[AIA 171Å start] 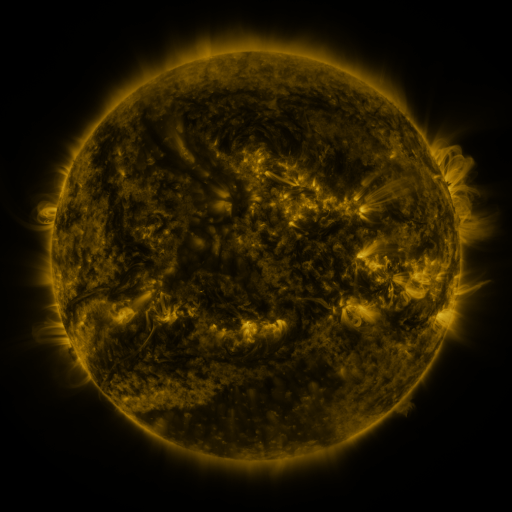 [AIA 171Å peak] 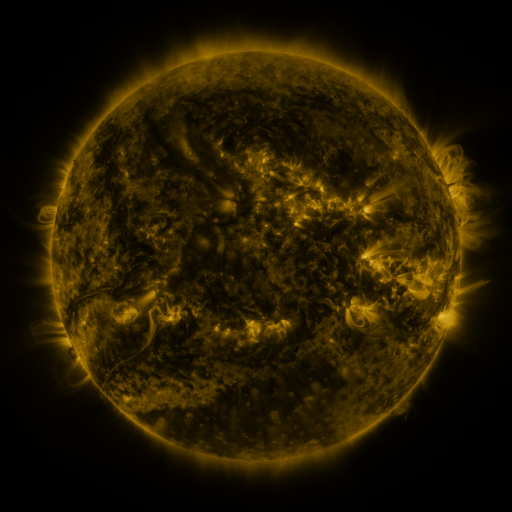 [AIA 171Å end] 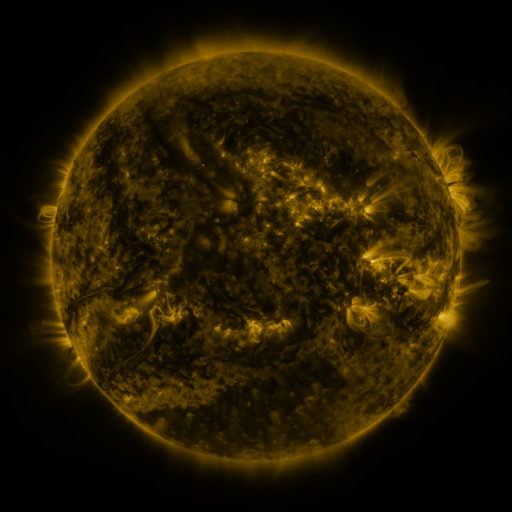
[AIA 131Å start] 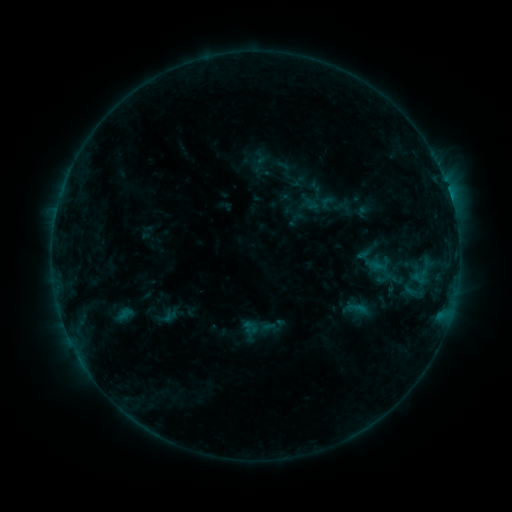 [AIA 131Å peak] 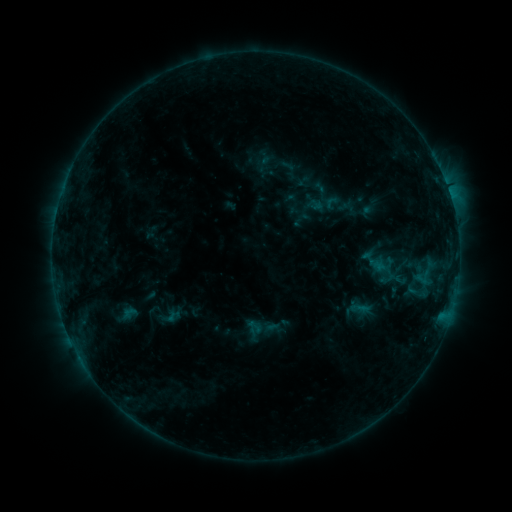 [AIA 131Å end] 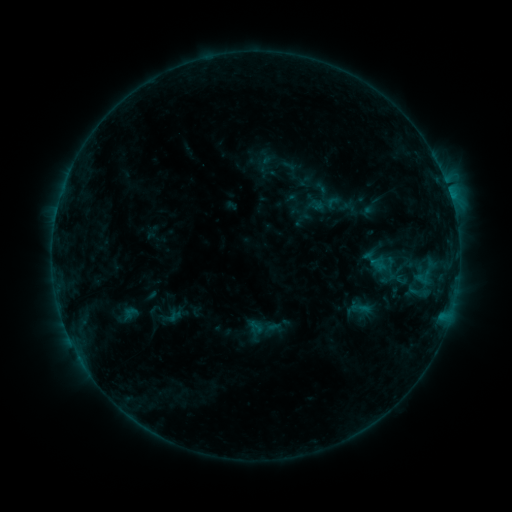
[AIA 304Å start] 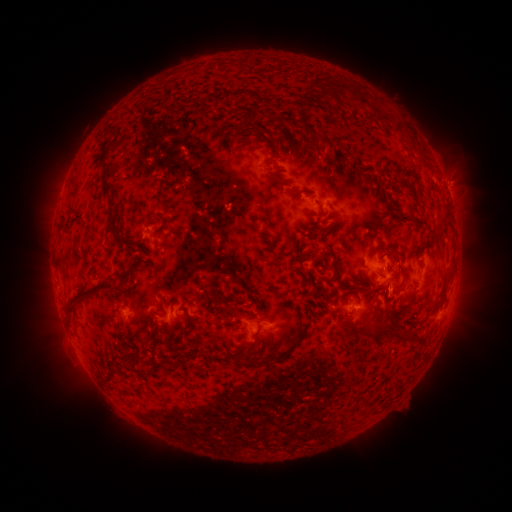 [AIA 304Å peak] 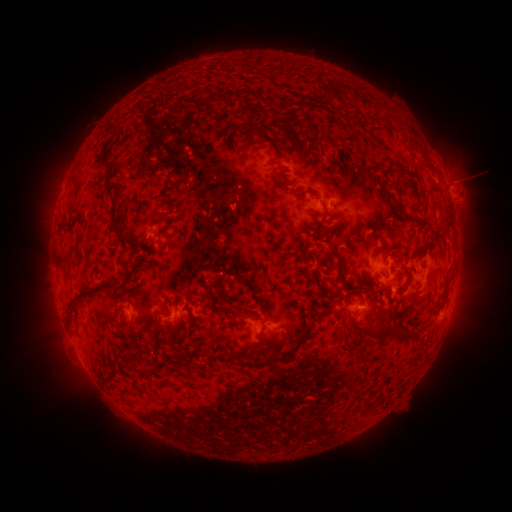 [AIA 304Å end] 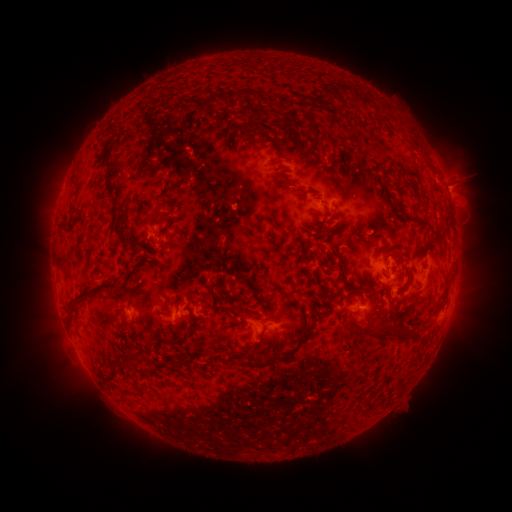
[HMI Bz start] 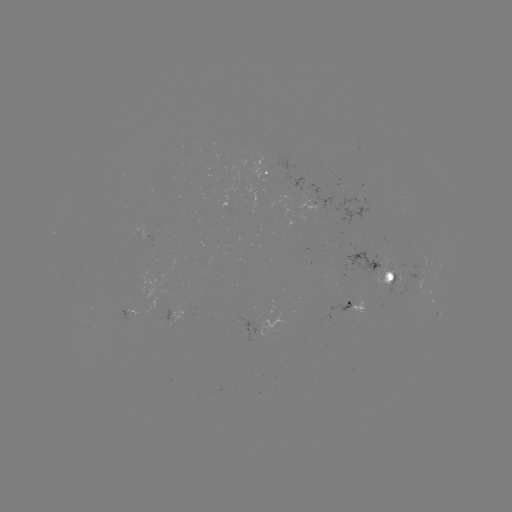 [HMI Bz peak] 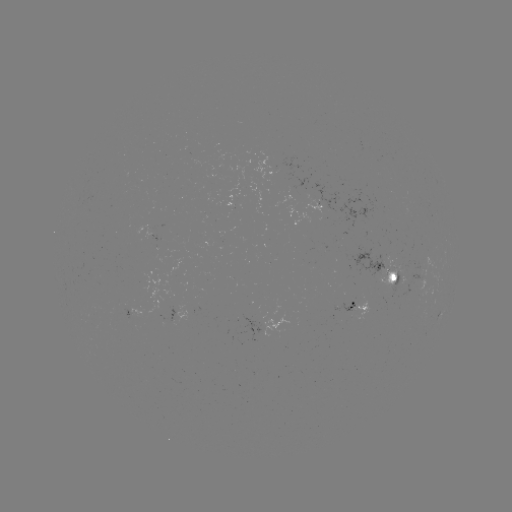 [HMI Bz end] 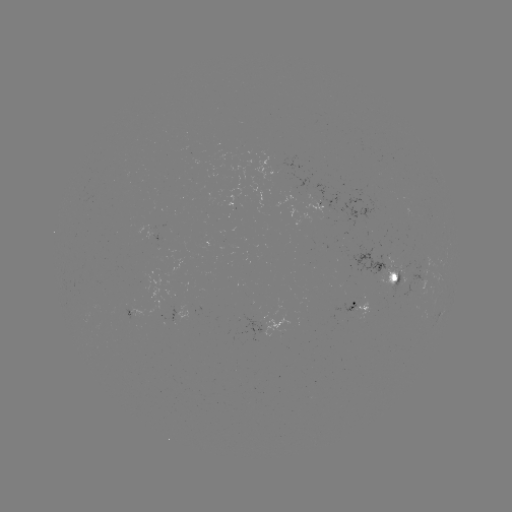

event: emerging-flux region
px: (391, 264)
